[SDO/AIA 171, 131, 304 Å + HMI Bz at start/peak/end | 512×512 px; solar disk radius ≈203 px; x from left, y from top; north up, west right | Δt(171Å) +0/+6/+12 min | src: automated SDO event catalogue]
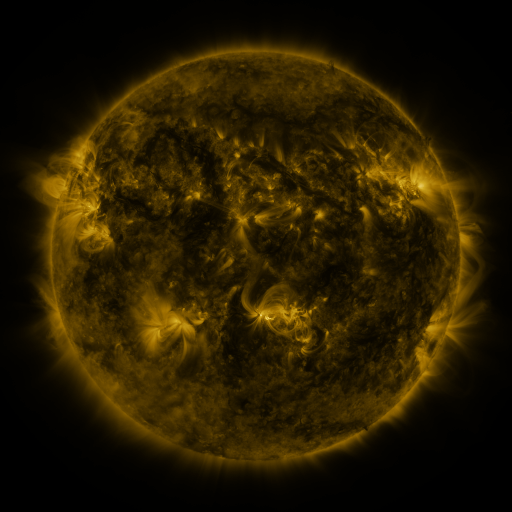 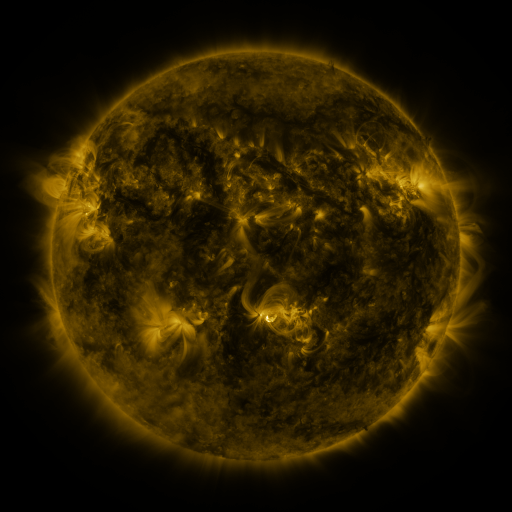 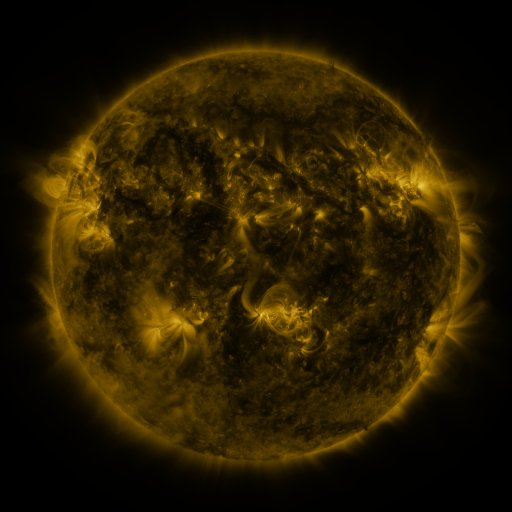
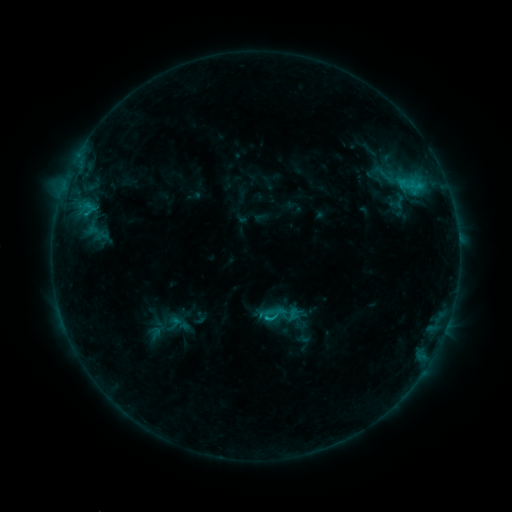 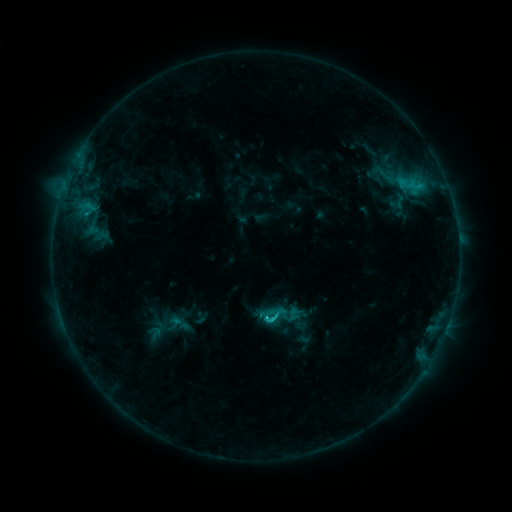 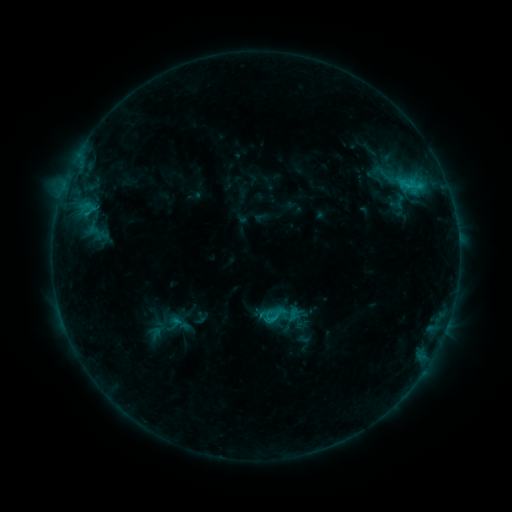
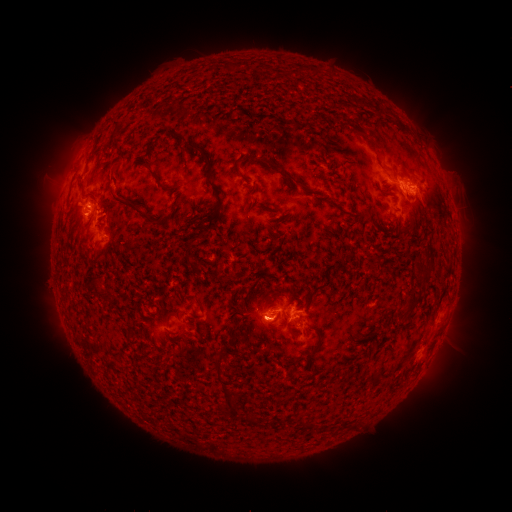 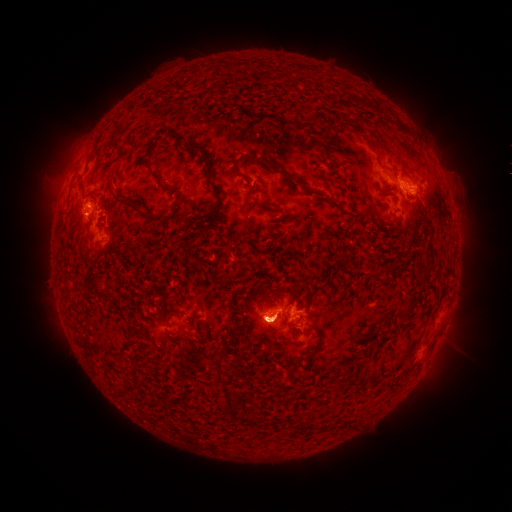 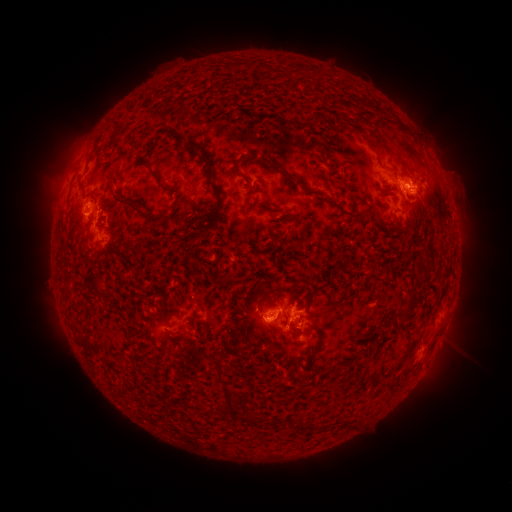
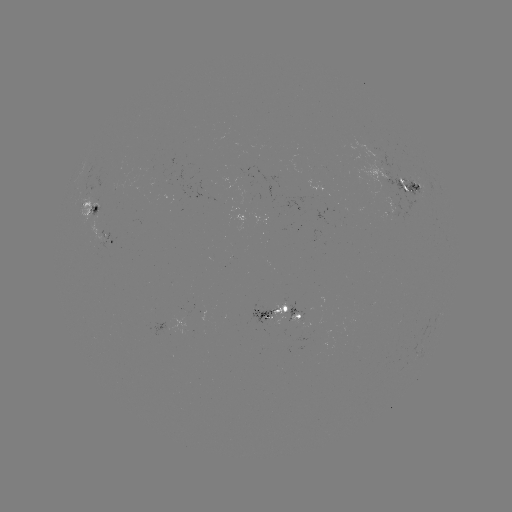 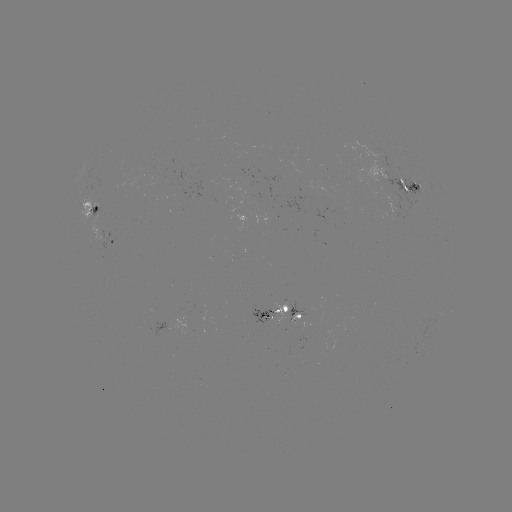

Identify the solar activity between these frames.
C2.5 flare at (269, 320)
